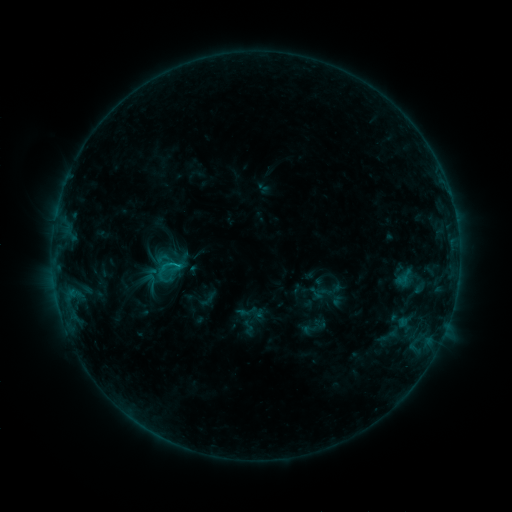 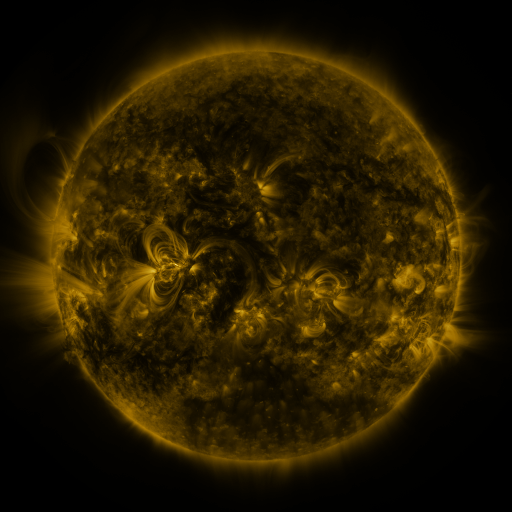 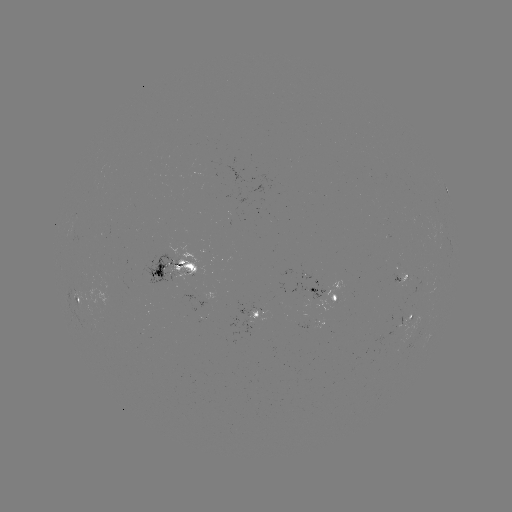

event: sigmoid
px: (168, 270)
